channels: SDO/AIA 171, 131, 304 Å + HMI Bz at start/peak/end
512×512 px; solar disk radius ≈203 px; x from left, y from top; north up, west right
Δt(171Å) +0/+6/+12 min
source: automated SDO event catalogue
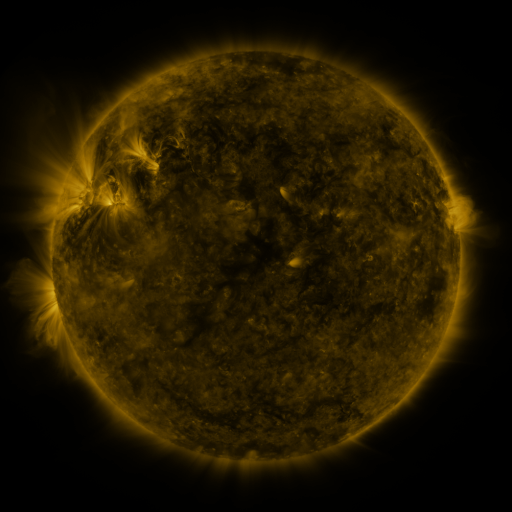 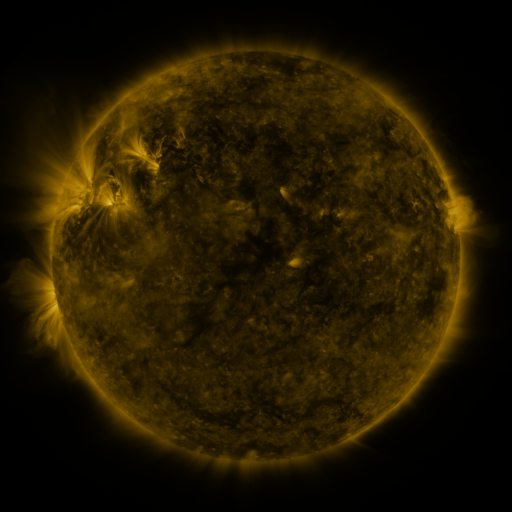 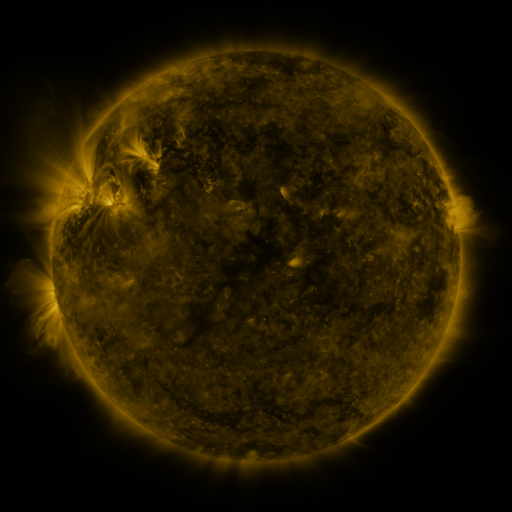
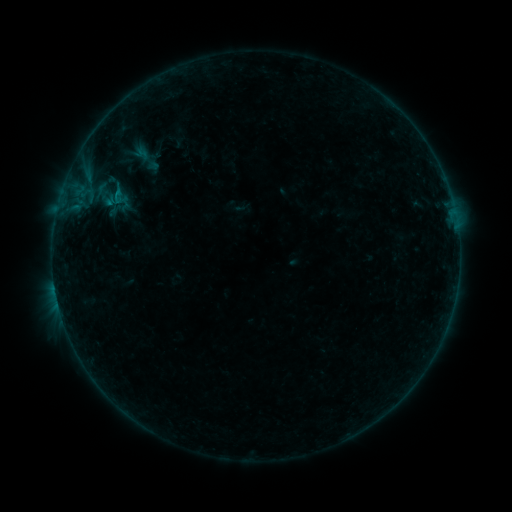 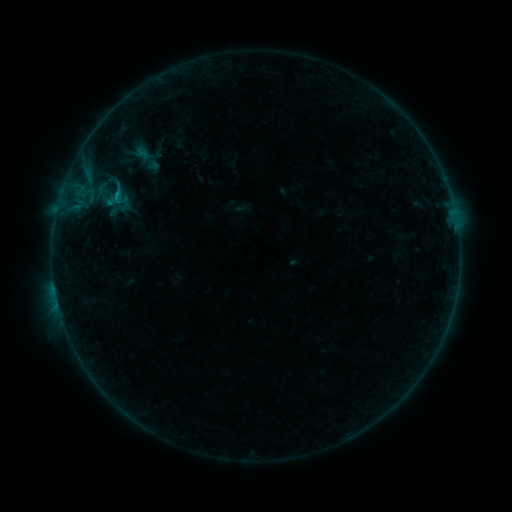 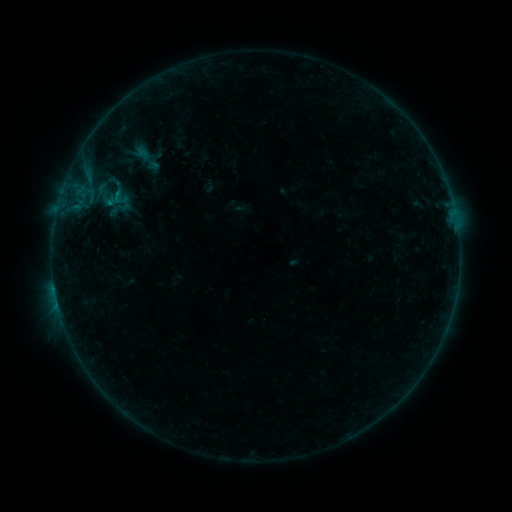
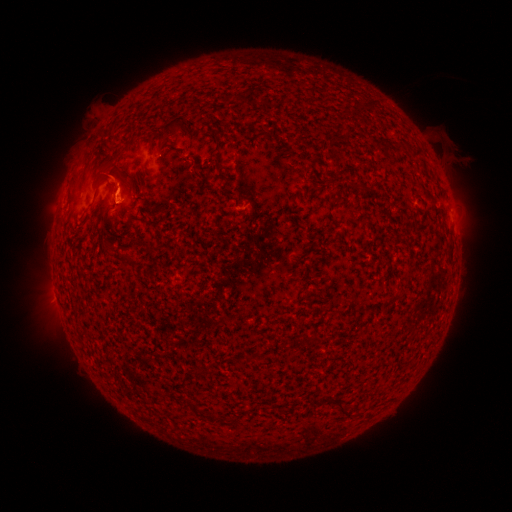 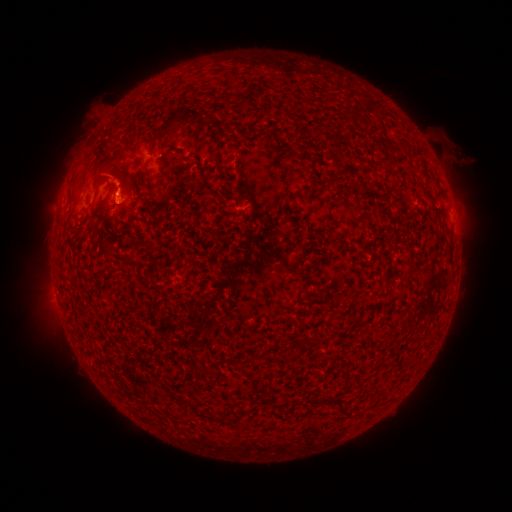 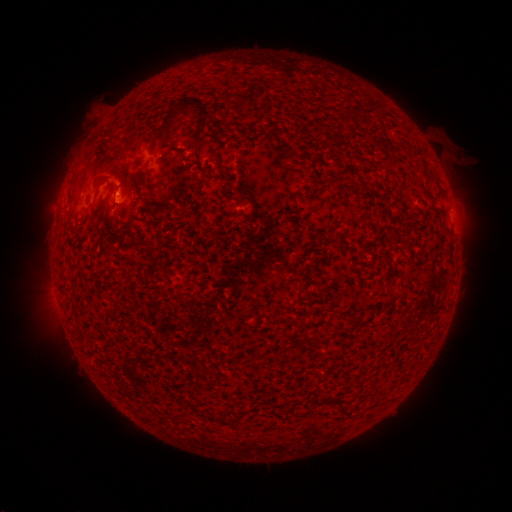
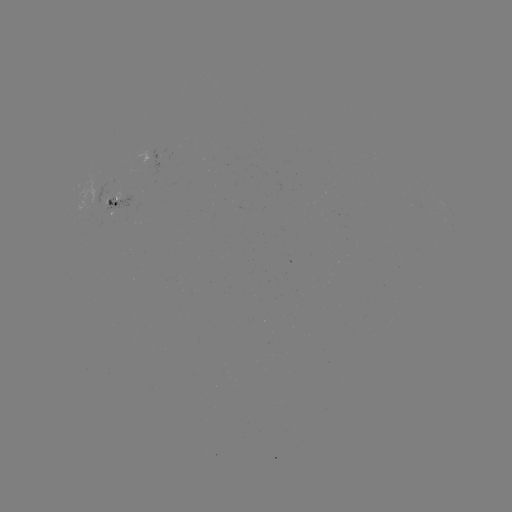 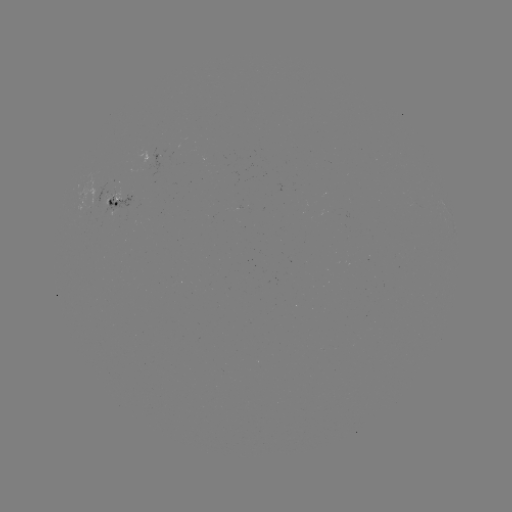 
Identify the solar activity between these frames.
B3.7 flare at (118, 197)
